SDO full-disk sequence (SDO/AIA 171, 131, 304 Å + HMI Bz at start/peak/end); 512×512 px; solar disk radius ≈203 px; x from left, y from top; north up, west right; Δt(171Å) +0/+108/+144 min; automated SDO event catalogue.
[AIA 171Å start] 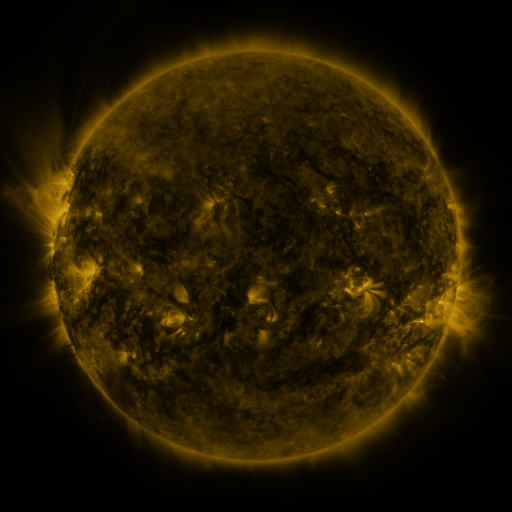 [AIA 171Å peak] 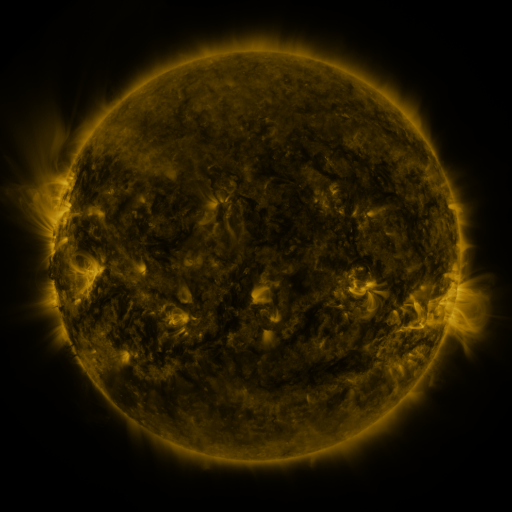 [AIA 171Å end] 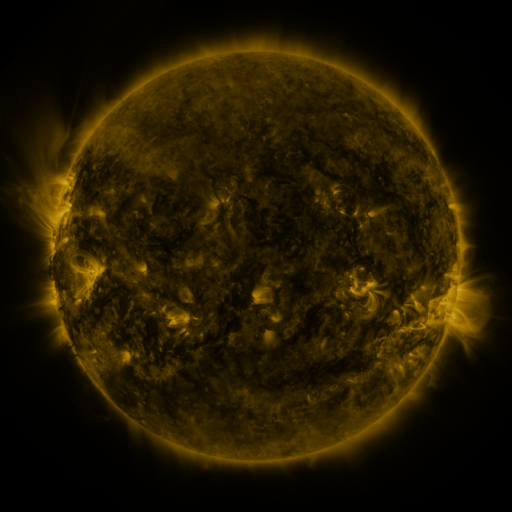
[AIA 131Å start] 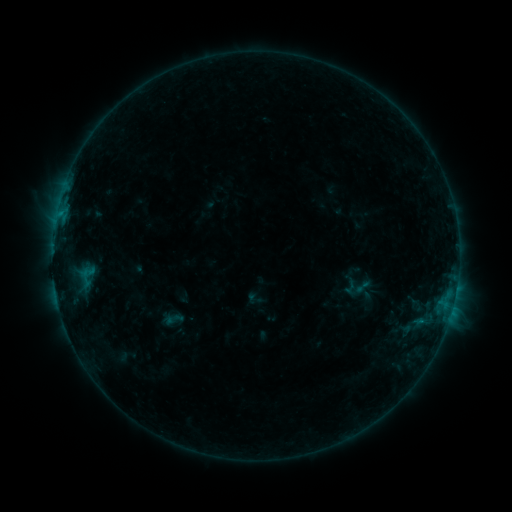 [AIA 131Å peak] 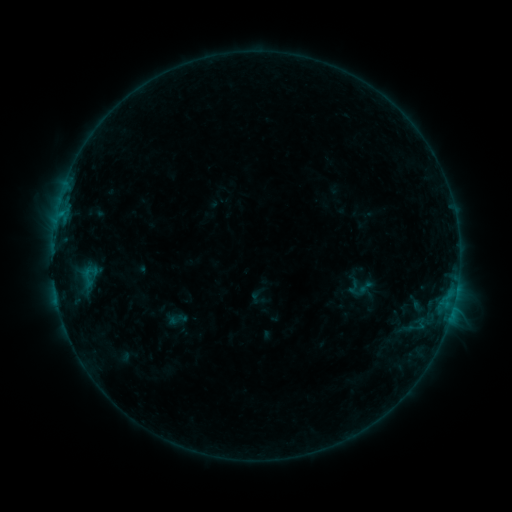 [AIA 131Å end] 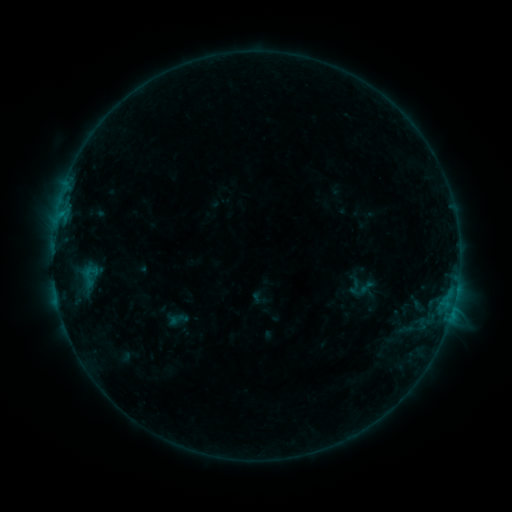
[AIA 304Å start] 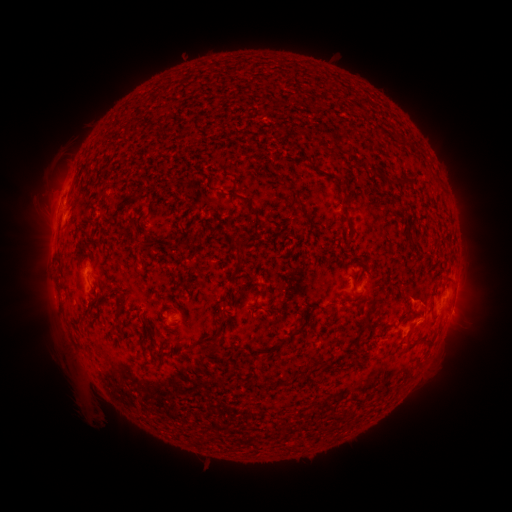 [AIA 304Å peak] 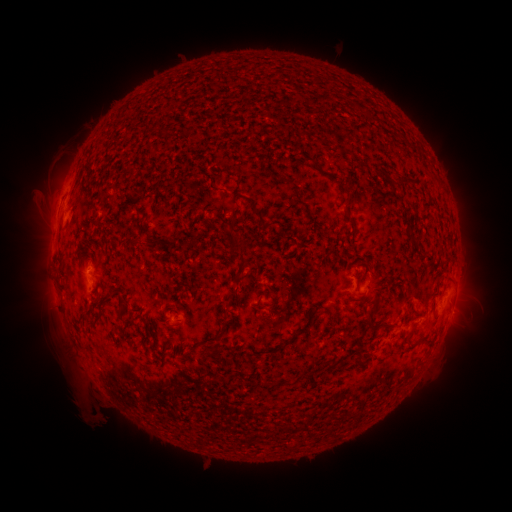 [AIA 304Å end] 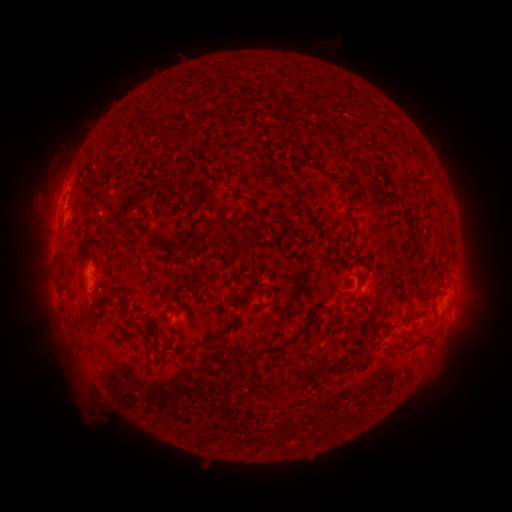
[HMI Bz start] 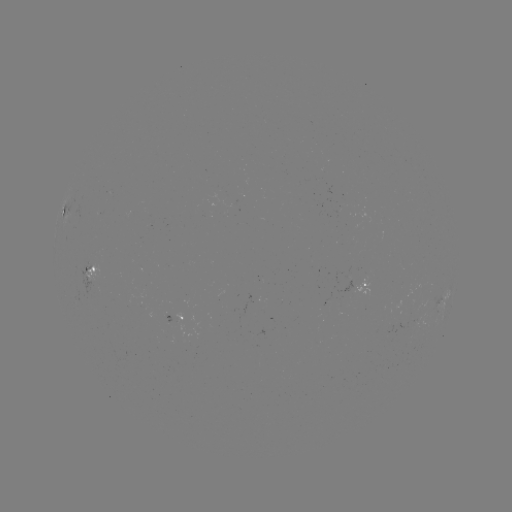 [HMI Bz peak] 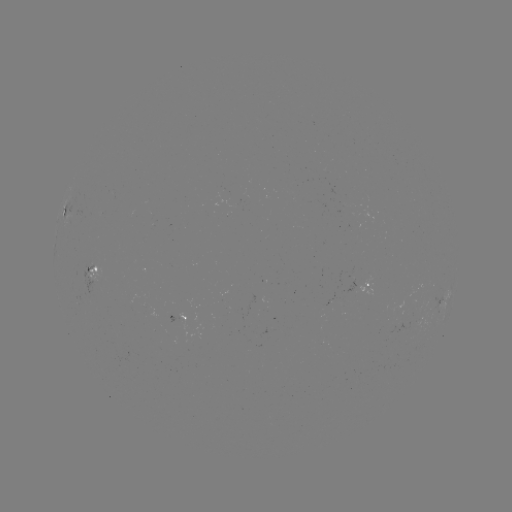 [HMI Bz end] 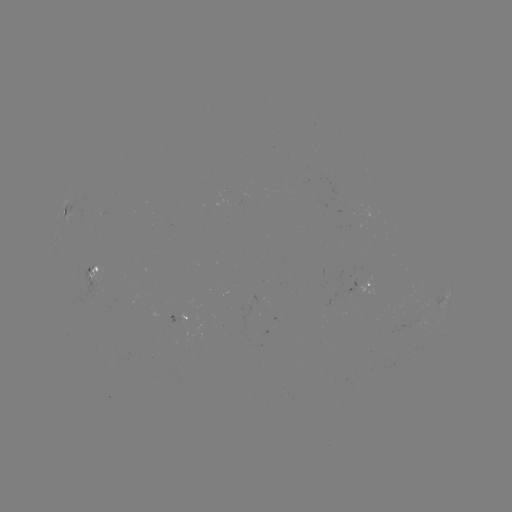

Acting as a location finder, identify emerging-flux region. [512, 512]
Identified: (391, 333).